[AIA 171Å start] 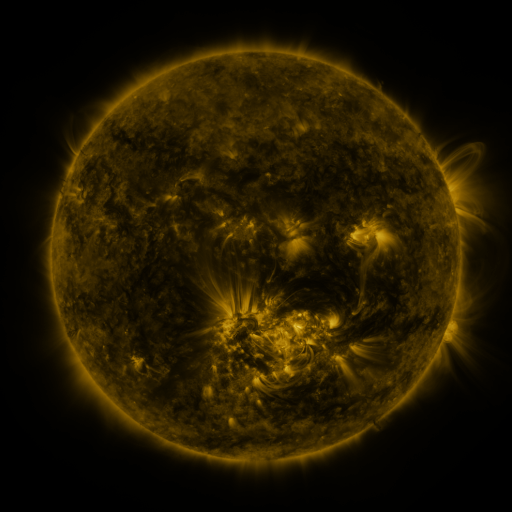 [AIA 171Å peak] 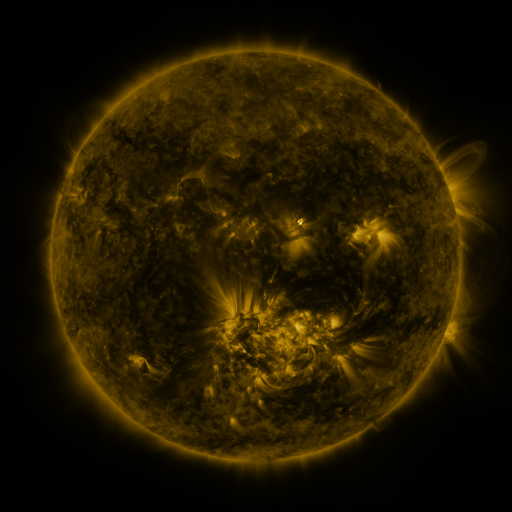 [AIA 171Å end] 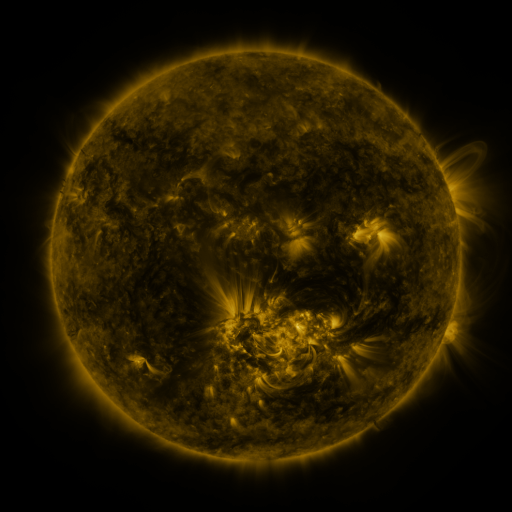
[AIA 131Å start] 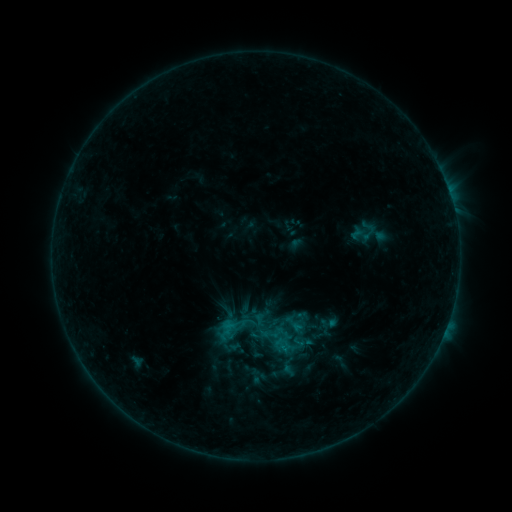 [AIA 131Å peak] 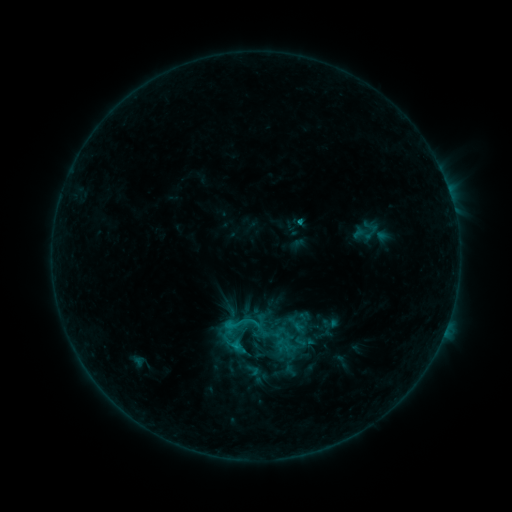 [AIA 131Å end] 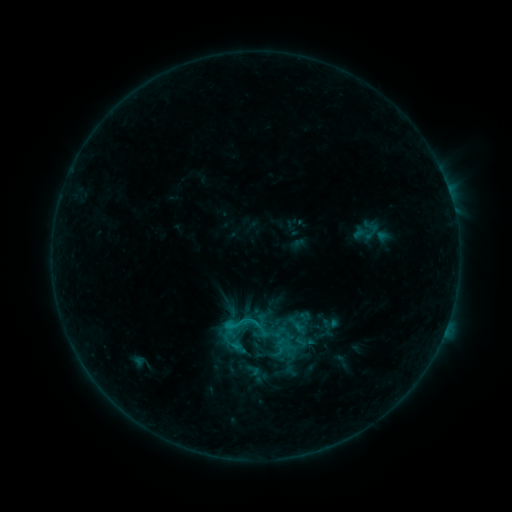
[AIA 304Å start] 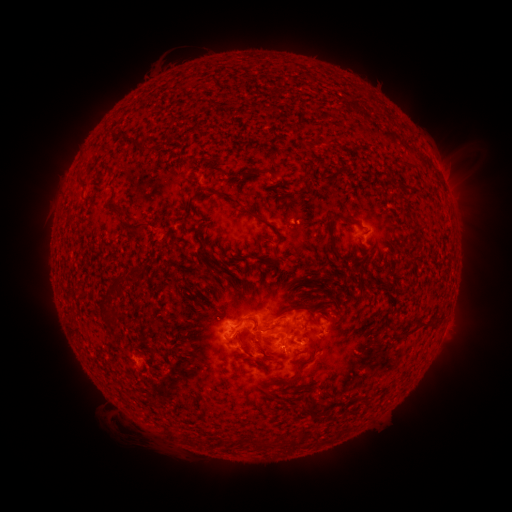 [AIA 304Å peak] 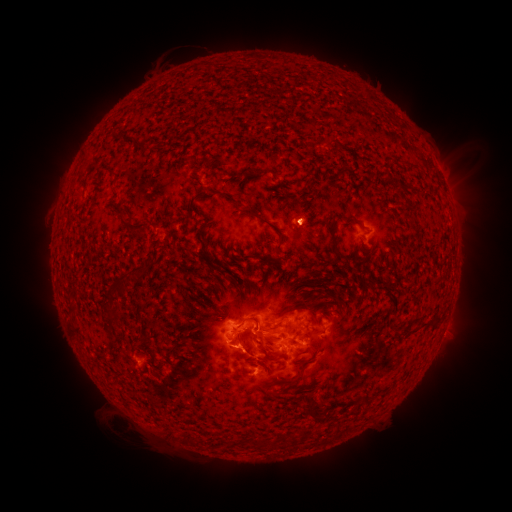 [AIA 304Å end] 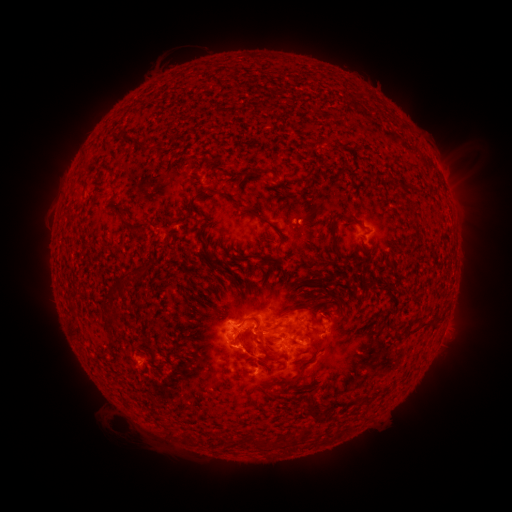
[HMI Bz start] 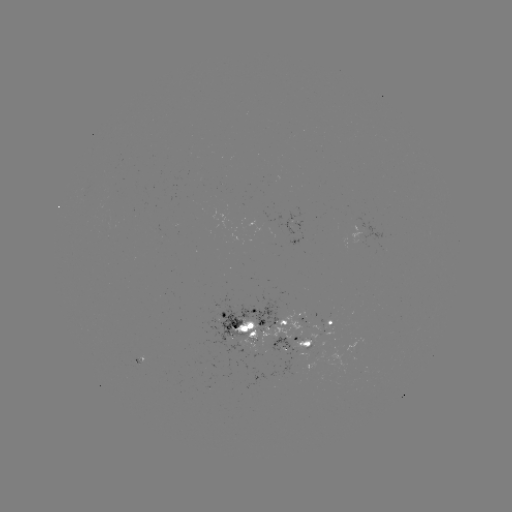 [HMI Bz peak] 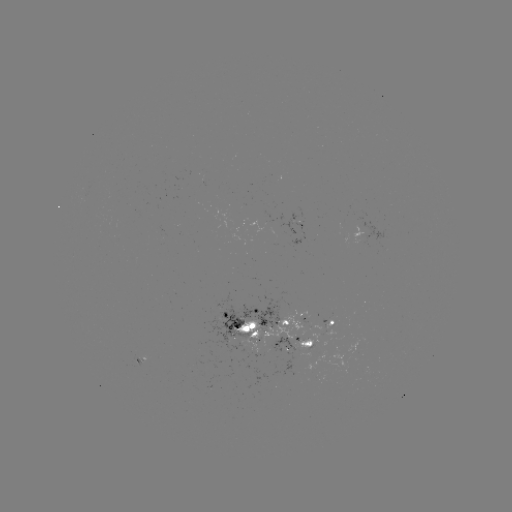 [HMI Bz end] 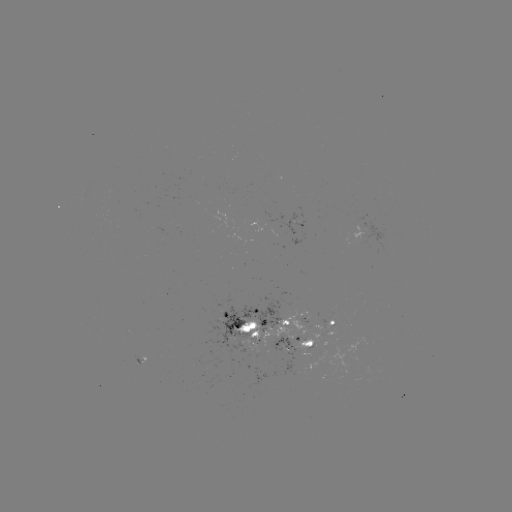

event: emerging-flux region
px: (299, 222)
